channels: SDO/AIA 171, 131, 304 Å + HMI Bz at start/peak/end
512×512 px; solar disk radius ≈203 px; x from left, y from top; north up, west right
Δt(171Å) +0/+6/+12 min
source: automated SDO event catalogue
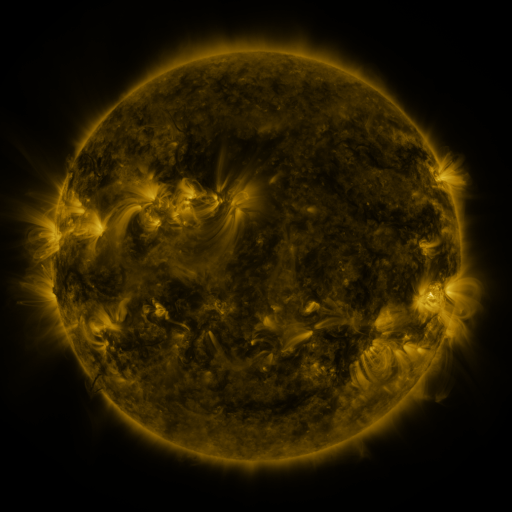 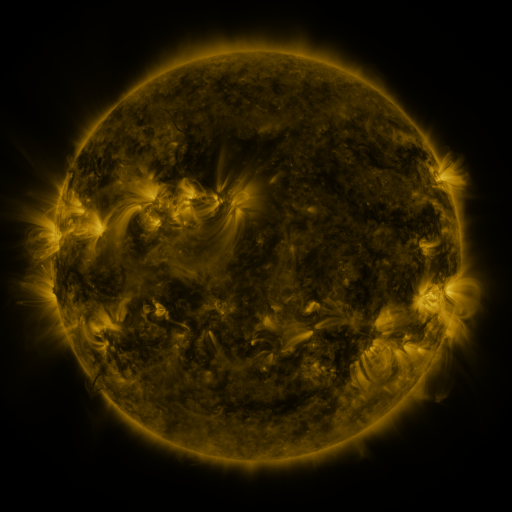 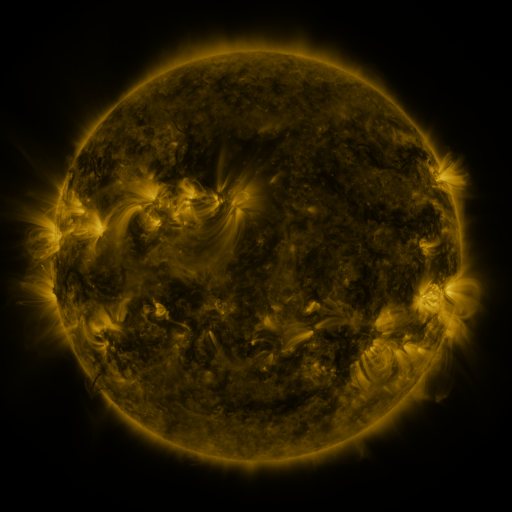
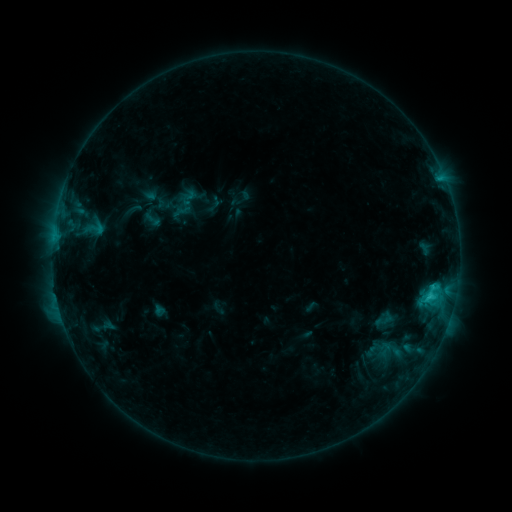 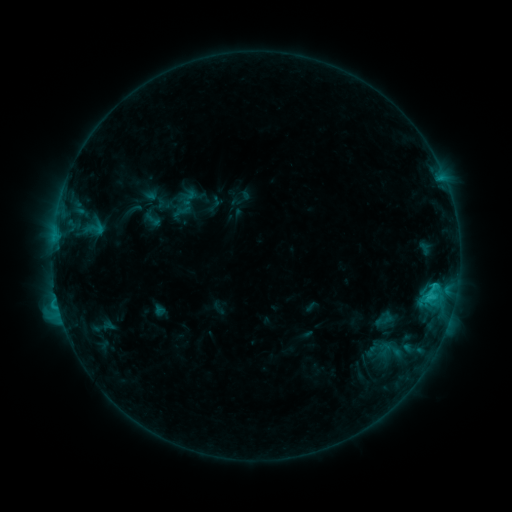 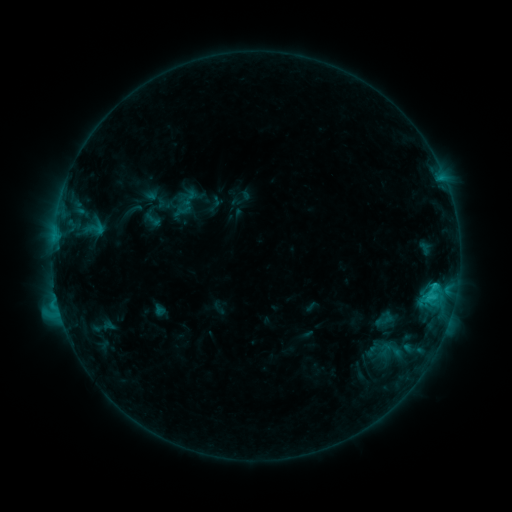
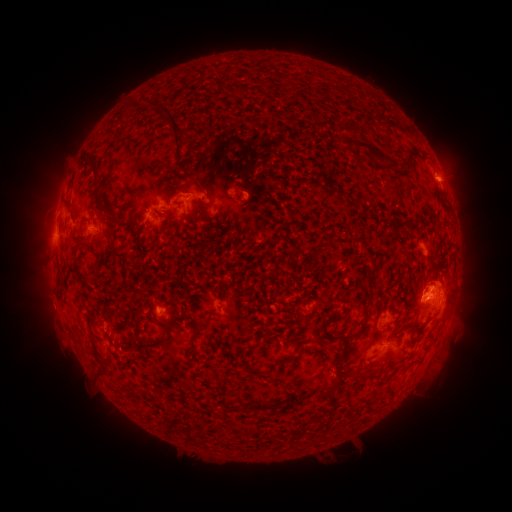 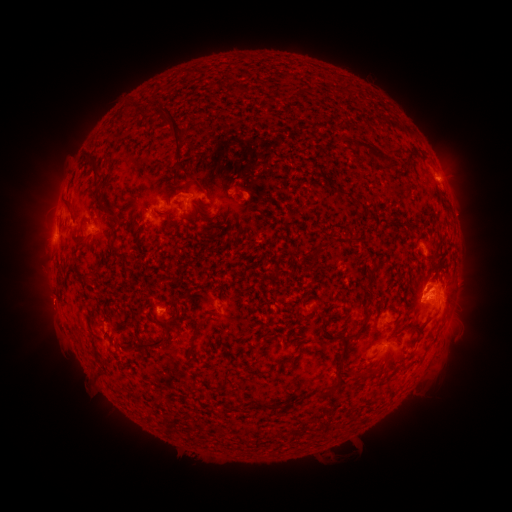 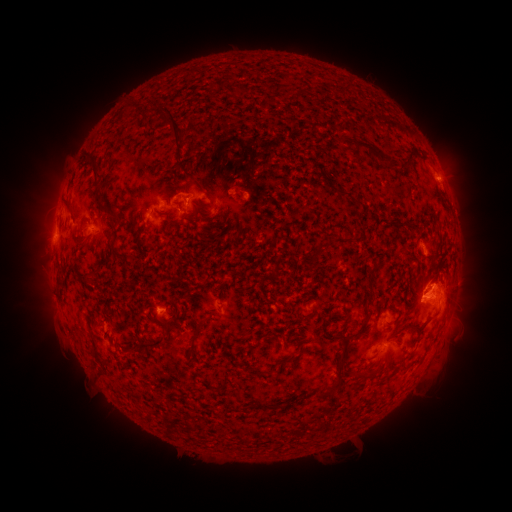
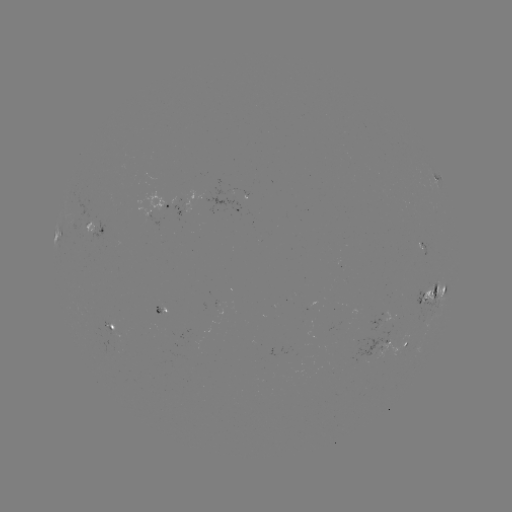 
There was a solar eruption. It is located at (48, 303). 